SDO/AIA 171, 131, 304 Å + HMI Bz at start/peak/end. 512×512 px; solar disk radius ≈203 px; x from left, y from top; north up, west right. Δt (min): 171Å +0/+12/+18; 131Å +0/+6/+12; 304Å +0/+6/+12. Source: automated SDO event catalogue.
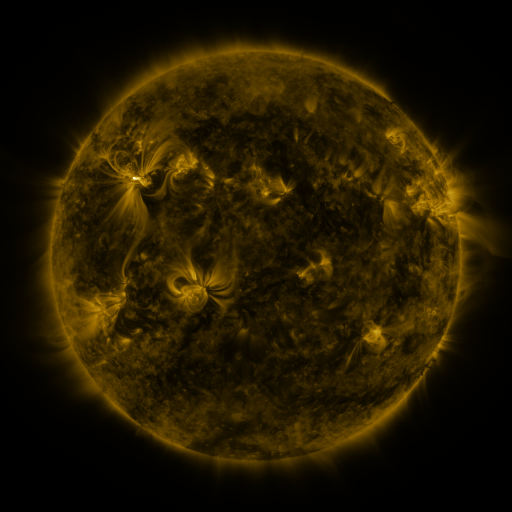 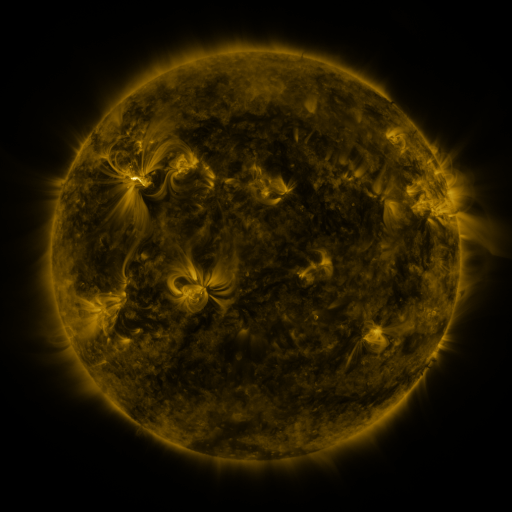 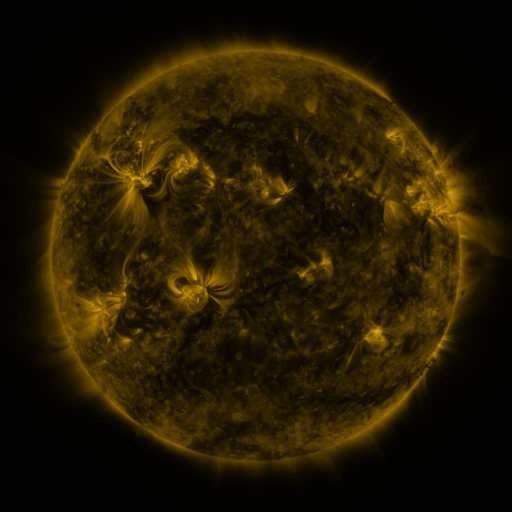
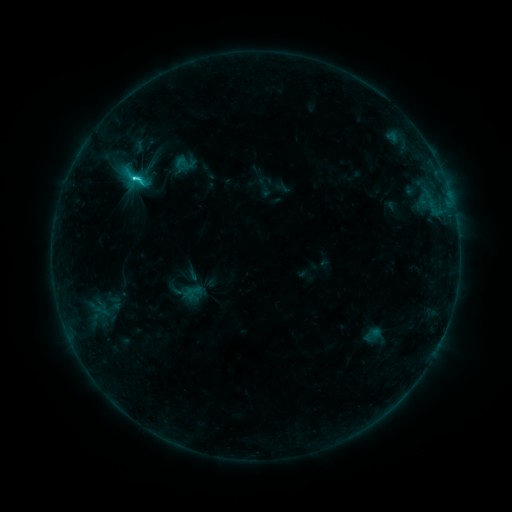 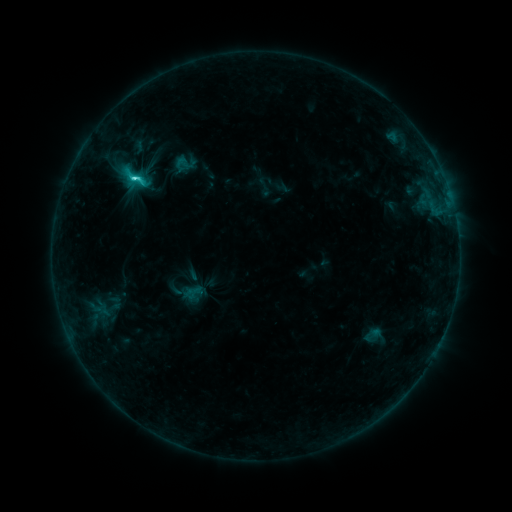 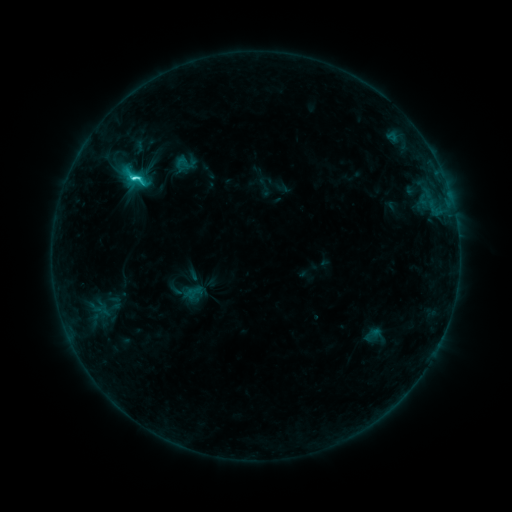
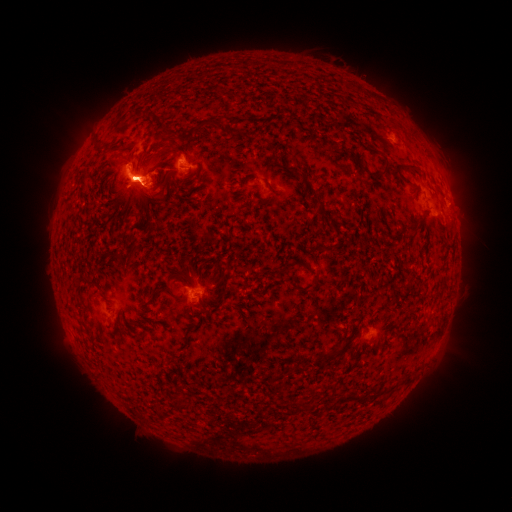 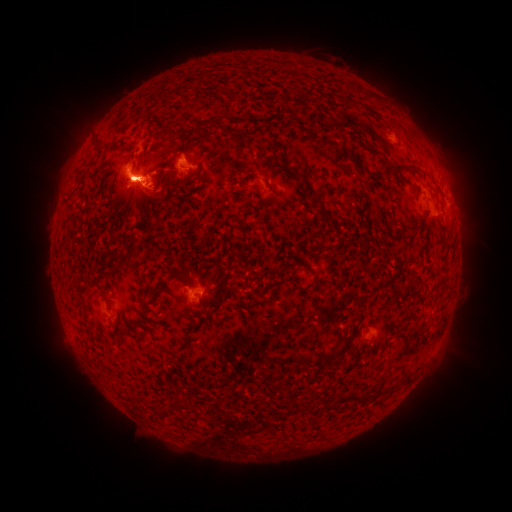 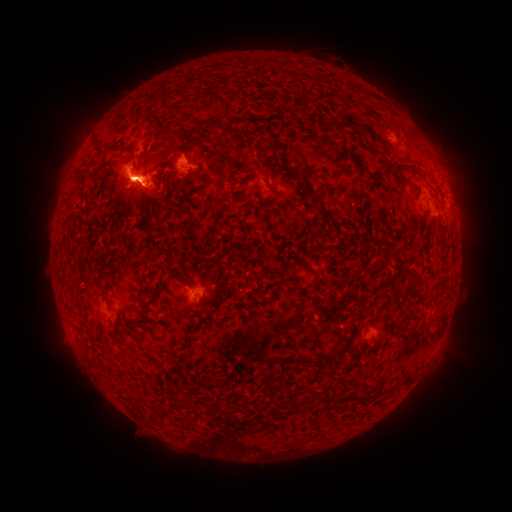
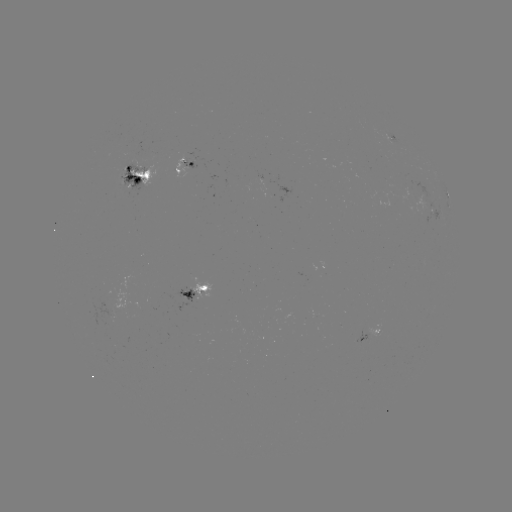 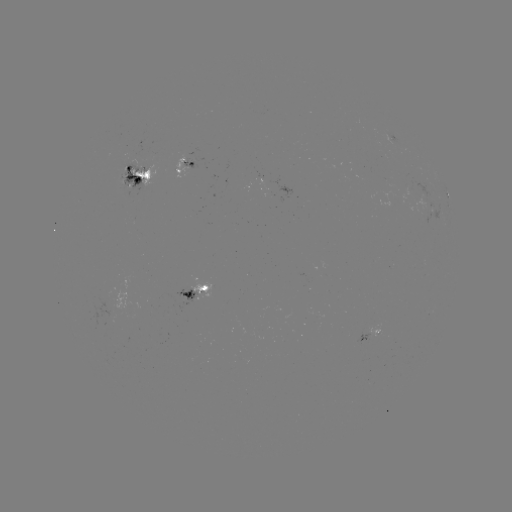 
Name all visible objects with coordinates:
M1.0 flare: (130, 178)
